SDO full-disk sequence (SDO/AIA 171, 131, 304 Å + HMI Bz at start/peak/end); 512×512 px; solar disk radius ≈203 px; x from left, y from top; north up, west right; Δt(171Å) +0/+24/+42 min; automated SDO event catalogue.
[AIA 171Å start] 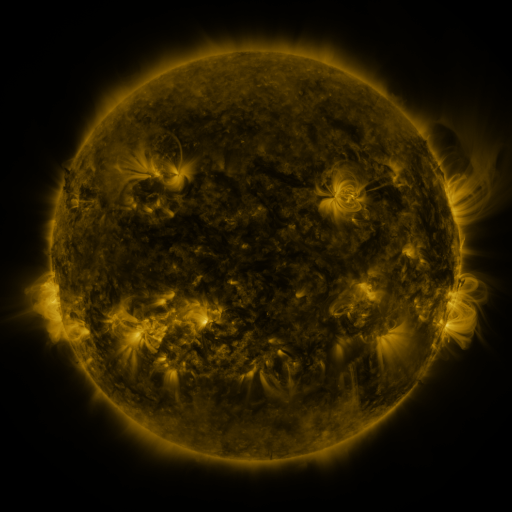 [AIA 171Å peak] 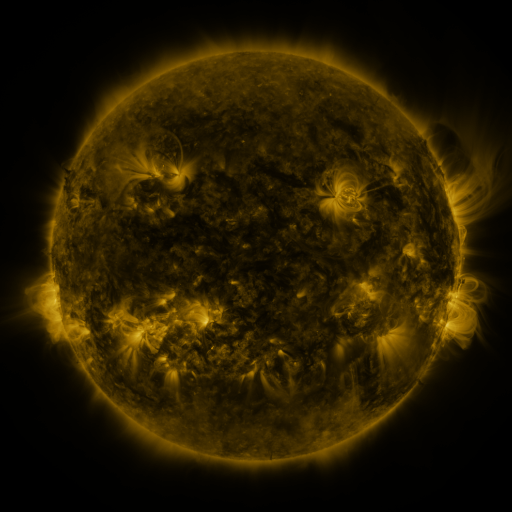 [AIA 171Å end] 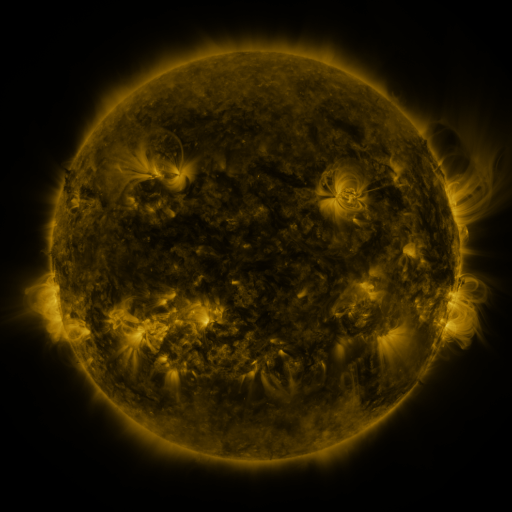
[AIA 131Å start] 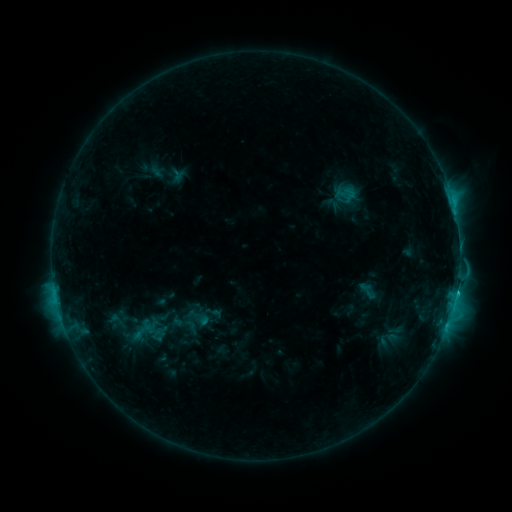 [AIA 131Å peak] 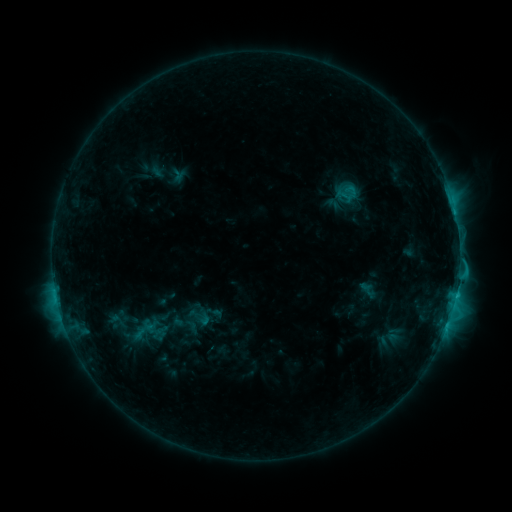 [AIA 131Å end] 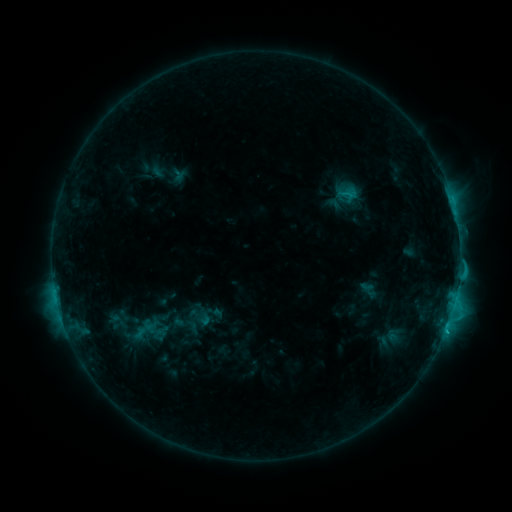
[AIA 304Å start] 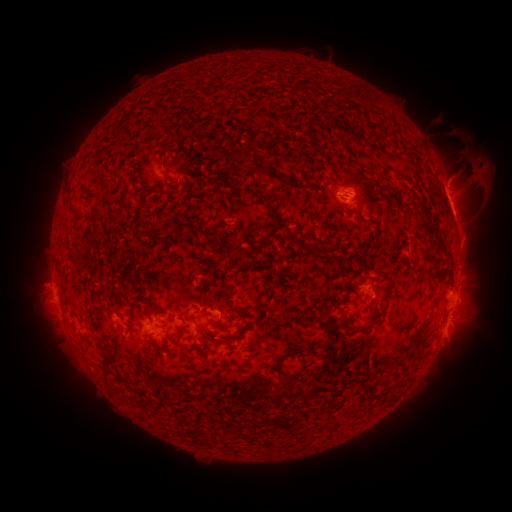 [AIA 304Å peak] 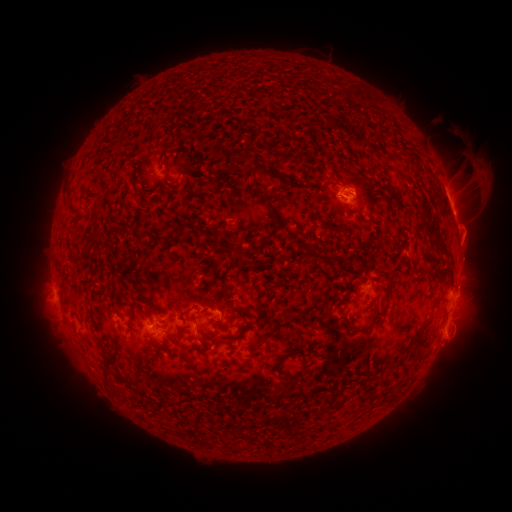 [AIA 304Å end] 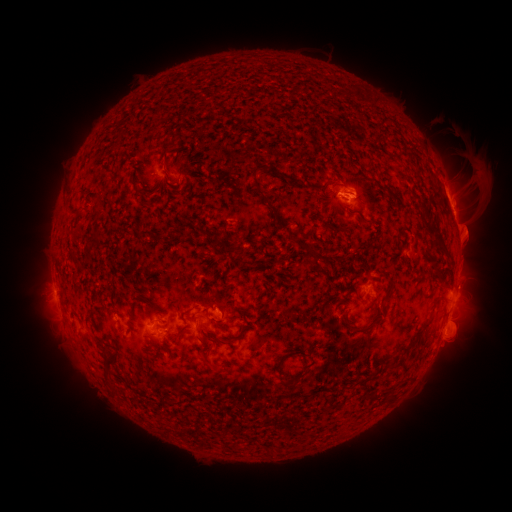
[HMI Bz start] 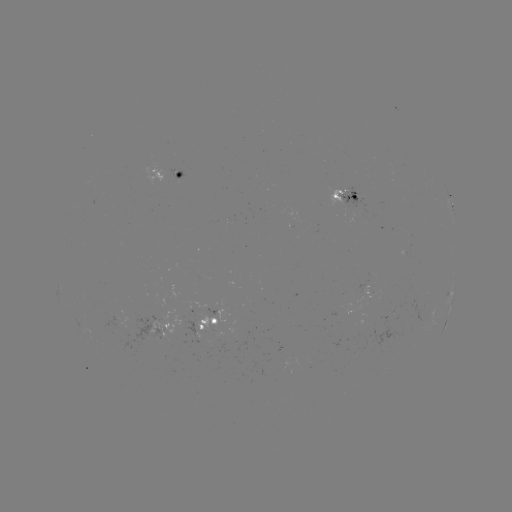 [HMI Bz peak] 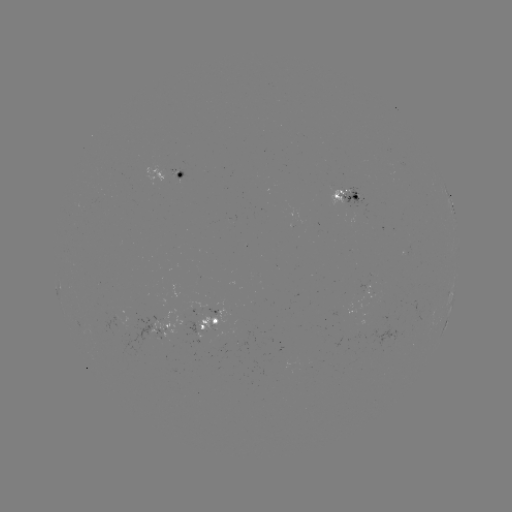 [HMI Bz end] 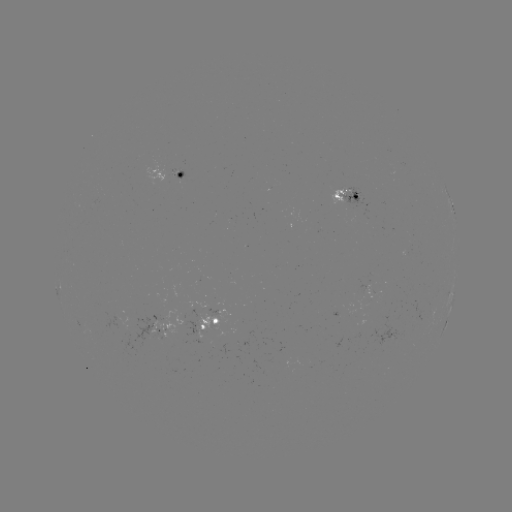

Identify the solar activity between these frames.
eruption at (469, 237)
